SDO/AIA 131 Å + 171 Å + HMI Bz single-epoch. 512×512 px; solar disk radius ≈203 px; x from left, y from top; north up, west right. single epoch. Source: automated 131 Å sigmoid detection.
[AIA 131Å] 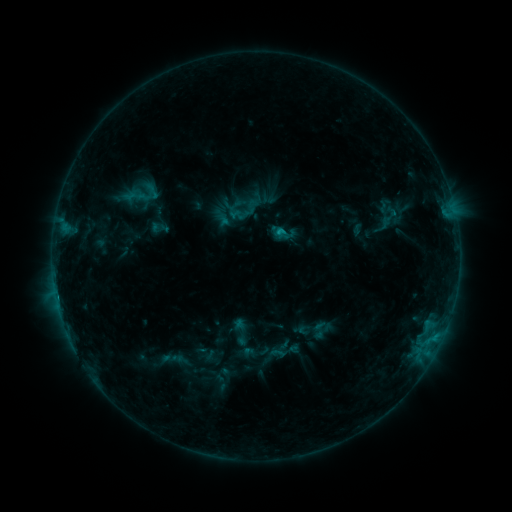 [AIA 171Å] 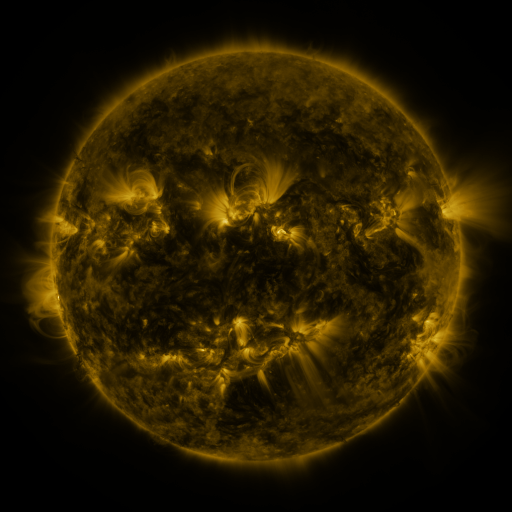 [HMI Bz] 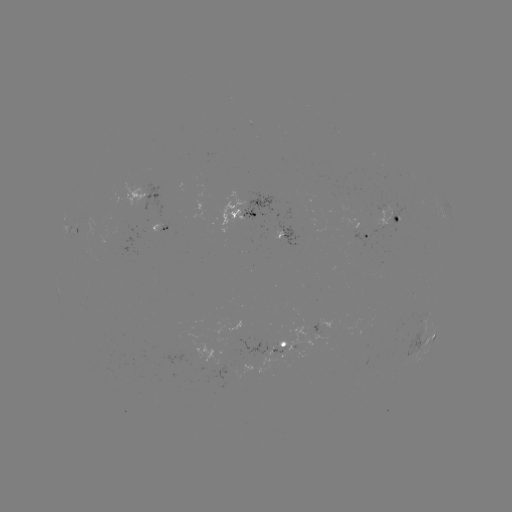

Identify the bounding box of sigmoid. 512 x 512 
[120, 172, 162, 216].